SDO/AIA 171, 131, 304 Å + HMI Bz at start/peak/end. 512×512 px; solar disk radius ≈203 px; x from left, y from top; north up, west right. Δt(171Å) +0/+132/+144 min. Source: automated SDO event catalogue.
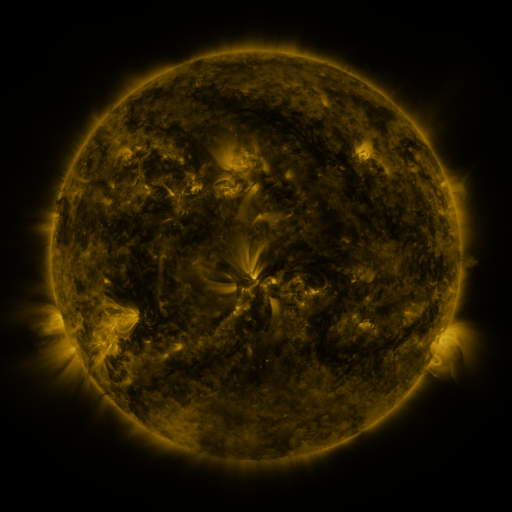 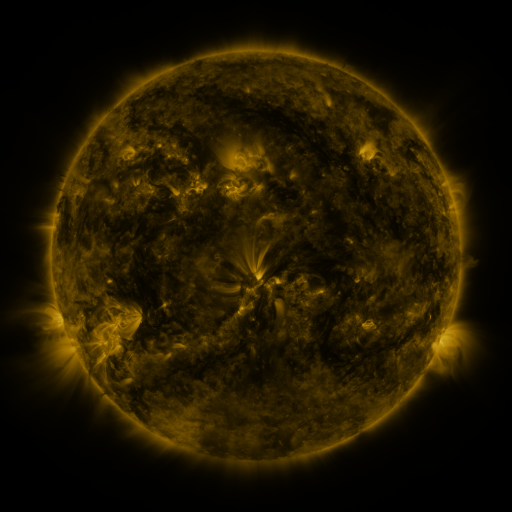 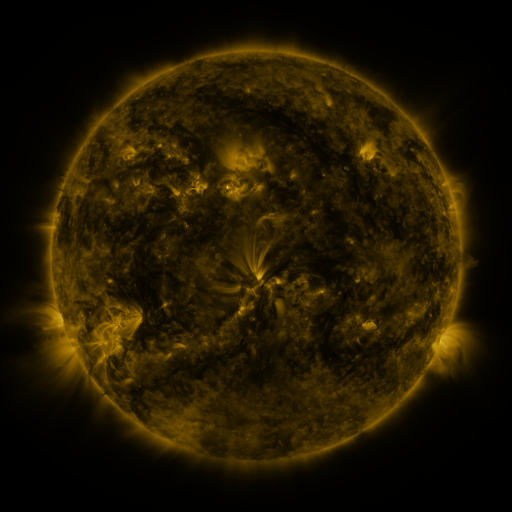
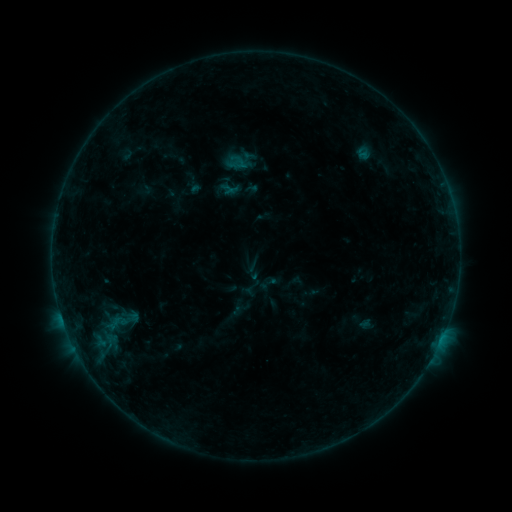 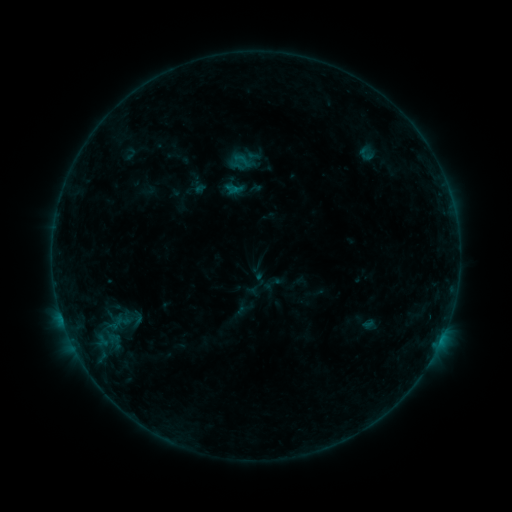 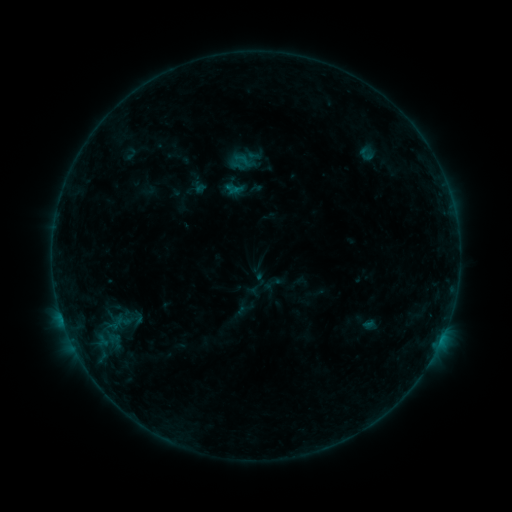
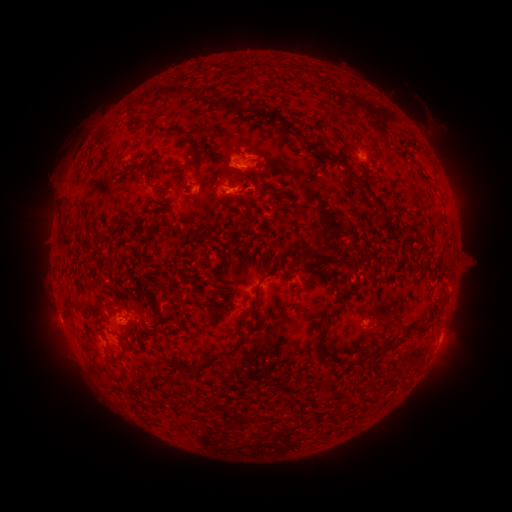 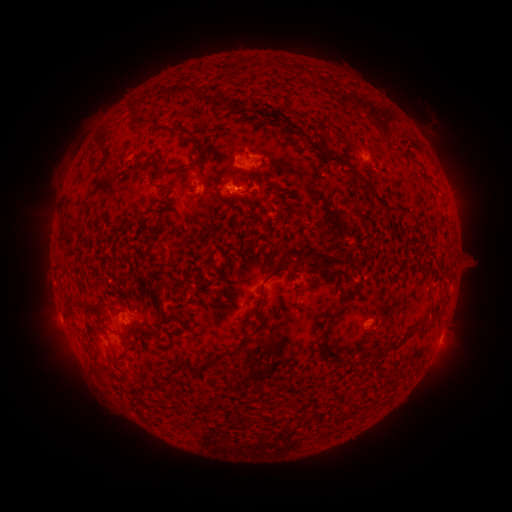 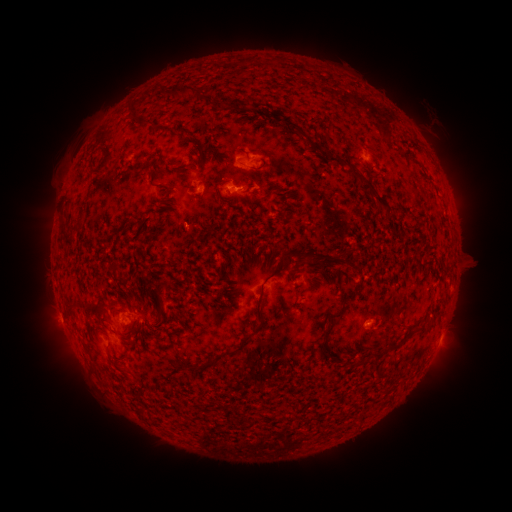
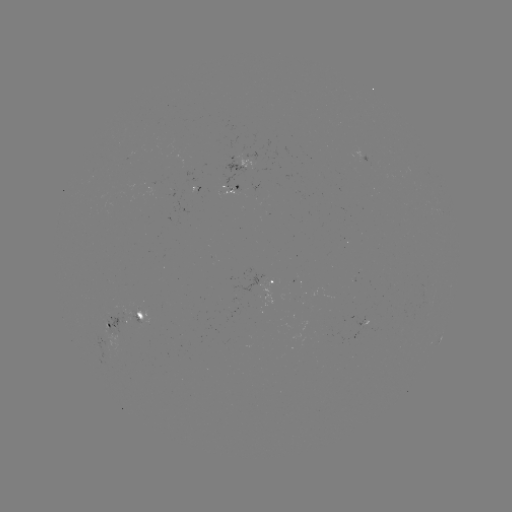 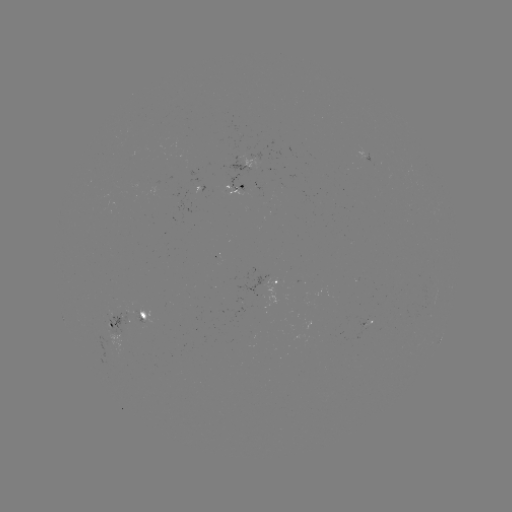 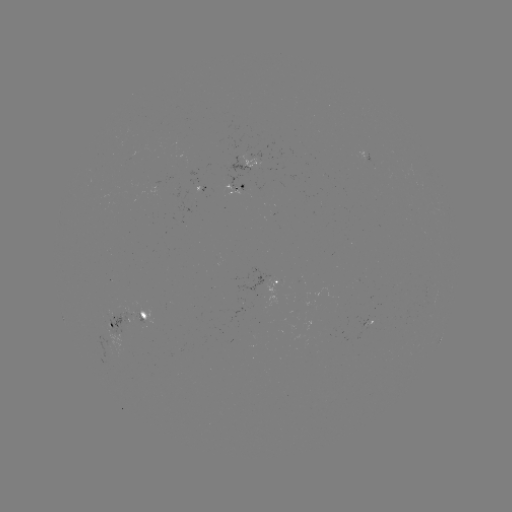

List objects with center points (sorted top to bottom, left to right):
emerging-flux region: (244, 190)
